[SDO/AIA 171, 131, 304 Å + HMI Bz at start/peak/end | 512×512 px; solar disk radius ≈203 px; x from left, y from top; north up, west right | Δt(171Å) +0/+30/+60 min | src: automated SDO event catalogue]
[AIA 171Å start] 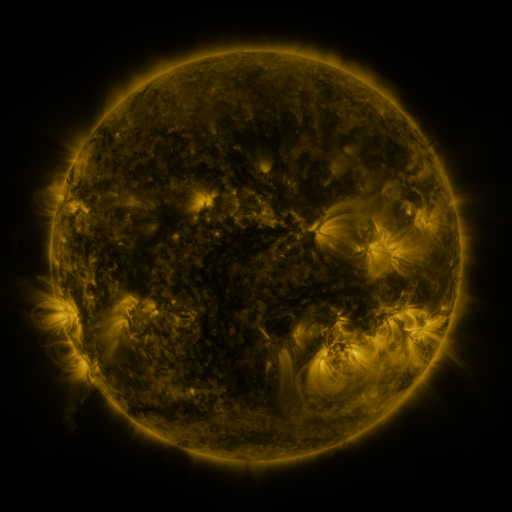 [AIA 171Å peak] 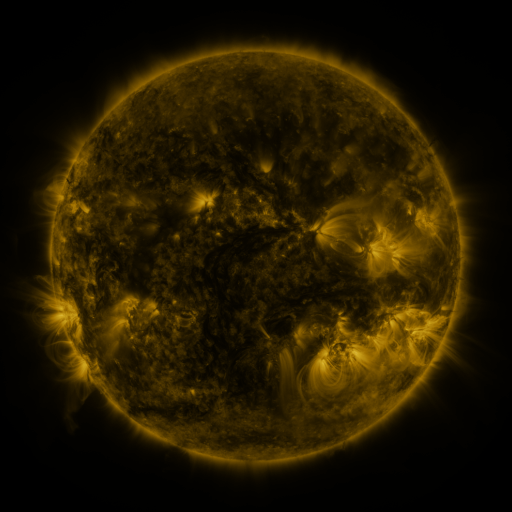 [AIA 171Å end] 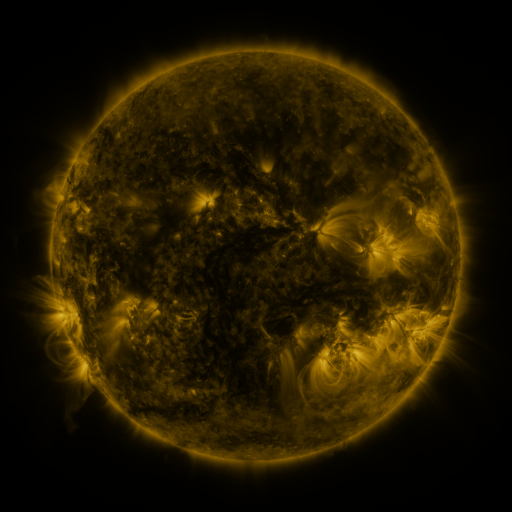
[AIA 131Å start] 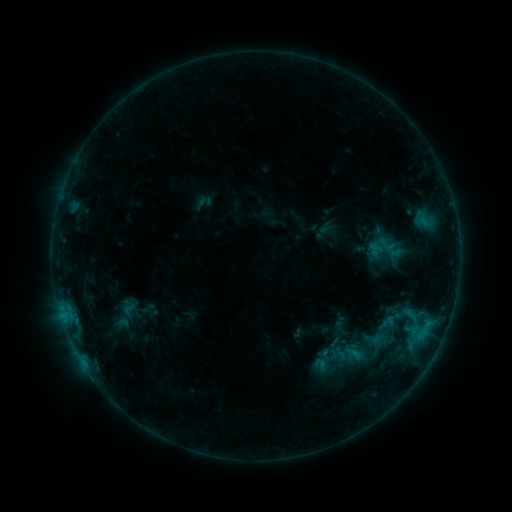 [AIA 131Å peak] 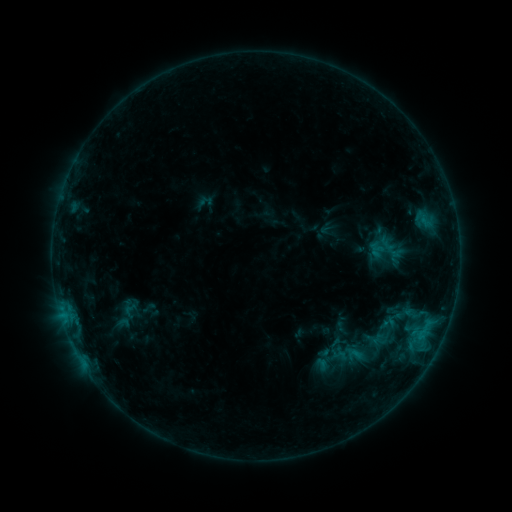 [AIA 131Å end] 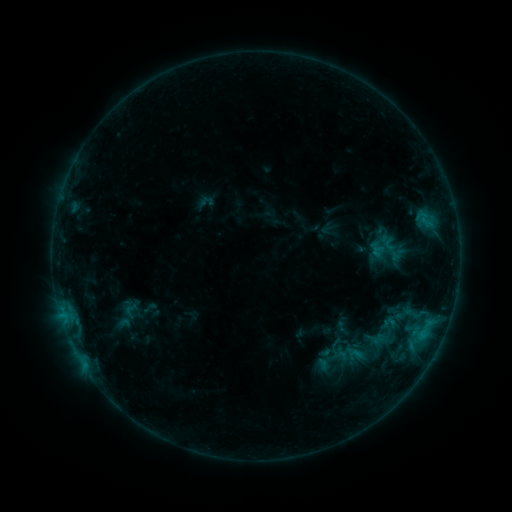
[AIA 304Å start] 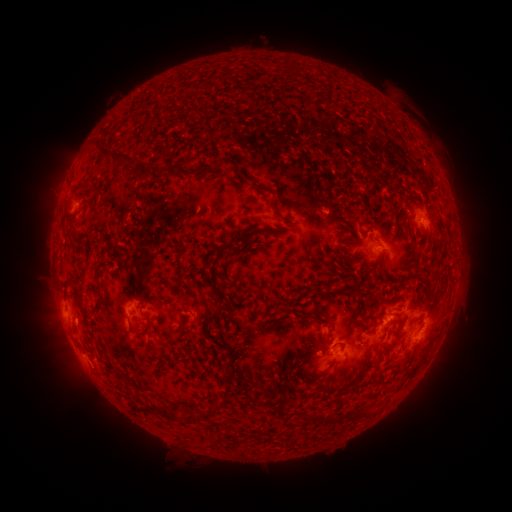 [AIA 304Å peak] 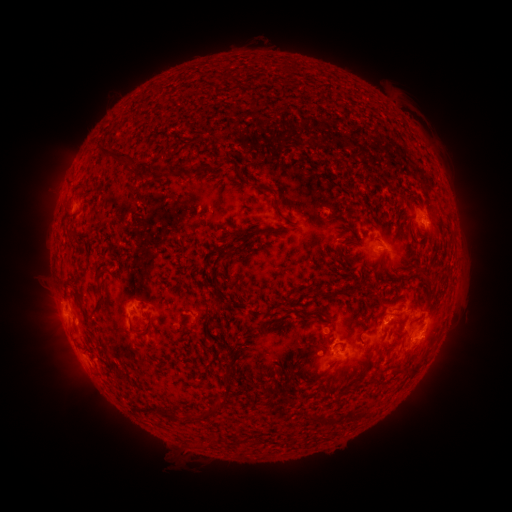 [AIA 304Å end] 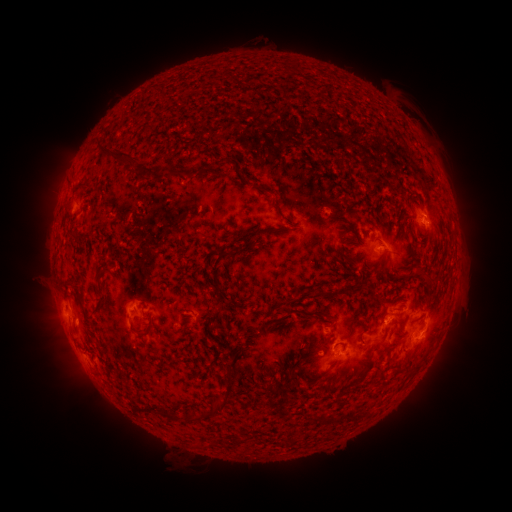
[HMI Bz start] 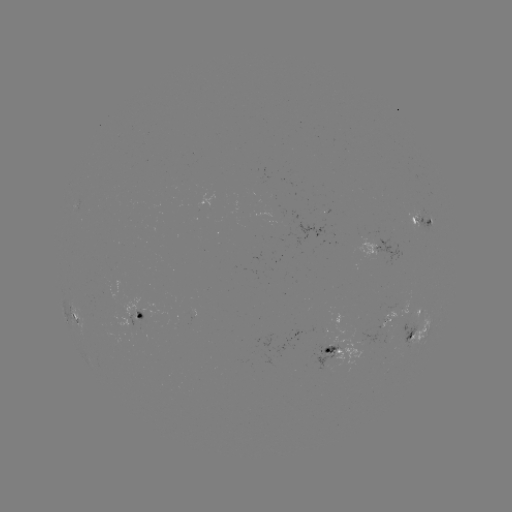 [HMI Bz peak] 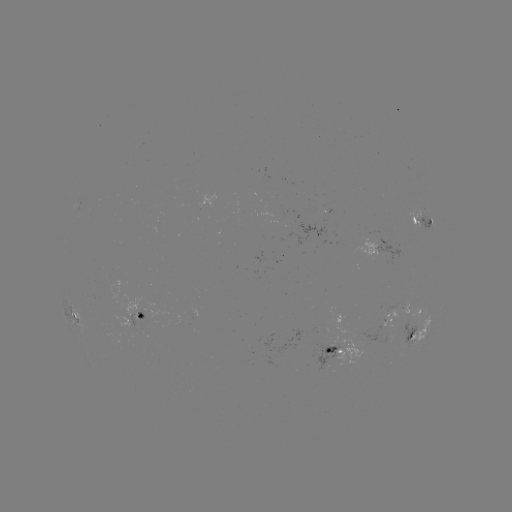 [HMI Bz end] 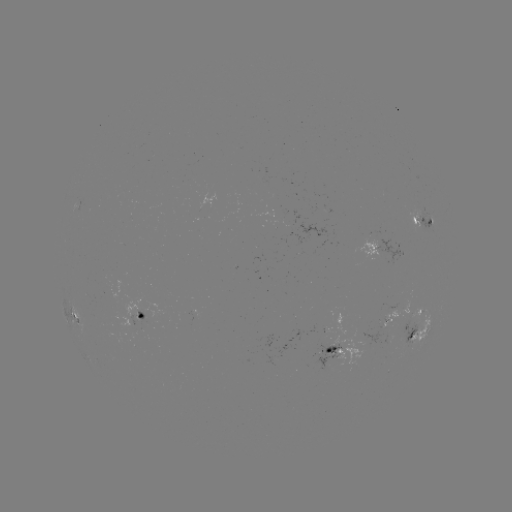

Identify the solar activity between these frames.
B8.0 flare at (421, 347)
